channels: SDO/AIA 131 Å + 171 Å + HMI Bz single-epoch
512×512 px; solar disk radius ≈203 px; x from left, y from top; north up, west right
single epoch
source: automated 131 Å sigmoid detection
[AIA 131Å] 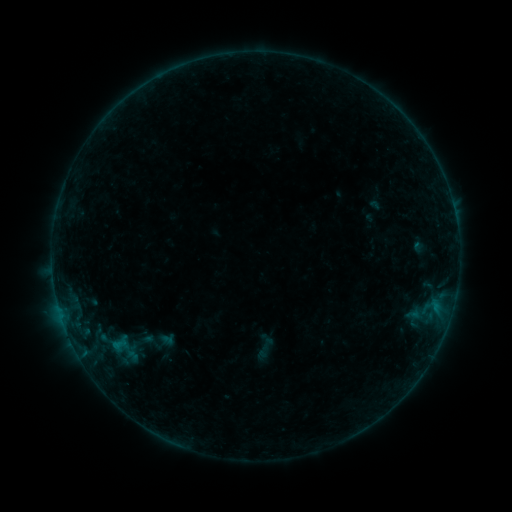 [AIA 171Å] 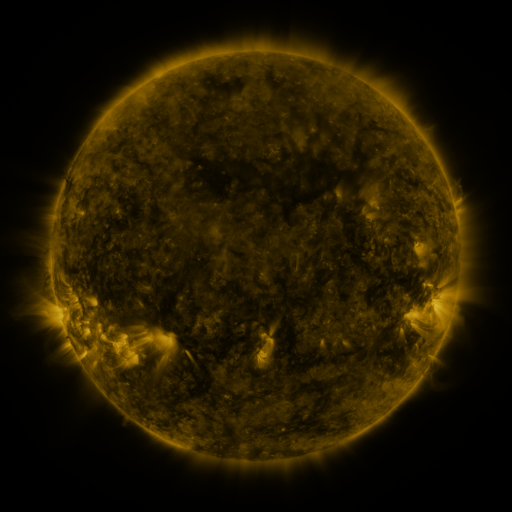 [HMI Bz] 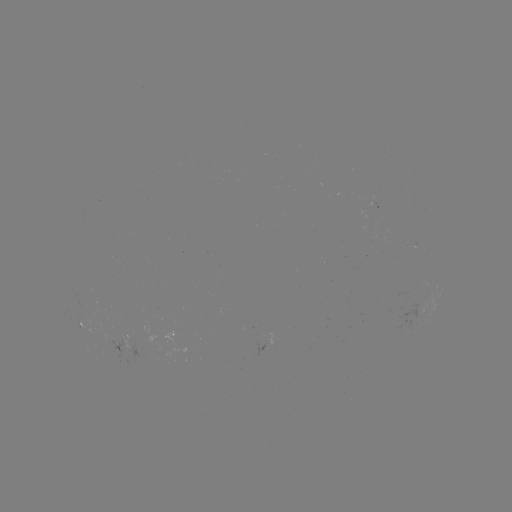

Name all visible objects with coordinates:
sigmoid: (266, 348)
